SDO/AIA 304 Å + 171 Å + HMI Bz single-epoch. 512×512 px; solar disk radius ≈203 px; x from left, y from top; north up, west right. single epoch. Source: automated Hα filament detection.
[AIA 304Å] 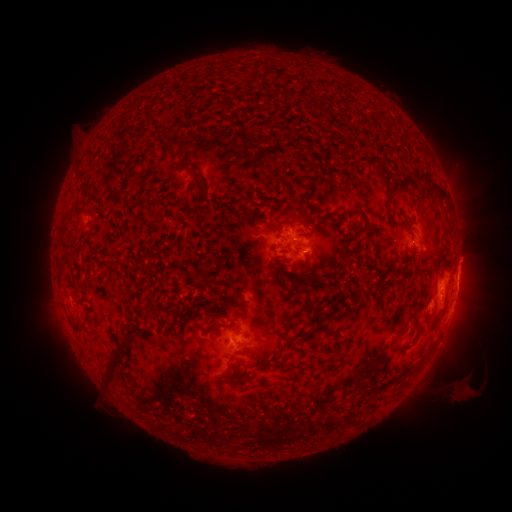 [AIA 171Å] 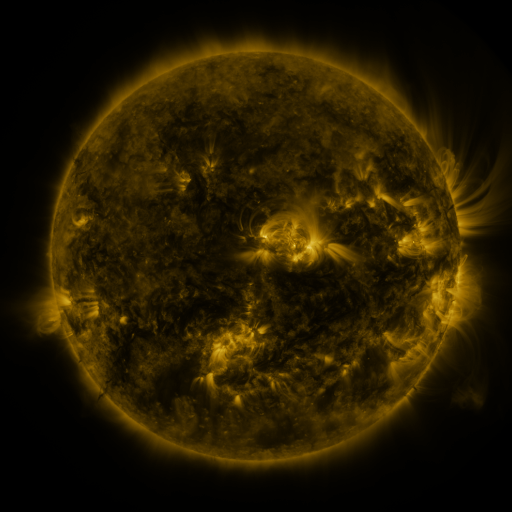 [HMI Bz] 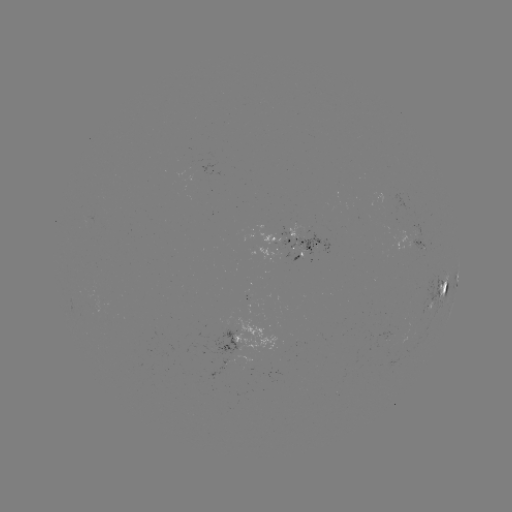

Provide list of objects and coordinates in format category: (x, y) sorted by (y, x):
filament: (170, 153)
filament: (380, 171)
filament: (419, 175)
filament: (81, 177)
filament: (436, 186)
filament: (86, 191)
filament: (205, 195)
filament: (265, 199)
filament: (298, 217)
filament: (403, 219)
filament: (273, 223)
filament: (373, 225)
filament: (310, 278)
filament: (445, 284)
filament: (219, 308)
filament: (154, 315)
filament: (420, 323)
filament: (210, 327)
filament: (315, 327)
filament: (401, 331)
filament: (115, 367)
filament: (230, 371)
